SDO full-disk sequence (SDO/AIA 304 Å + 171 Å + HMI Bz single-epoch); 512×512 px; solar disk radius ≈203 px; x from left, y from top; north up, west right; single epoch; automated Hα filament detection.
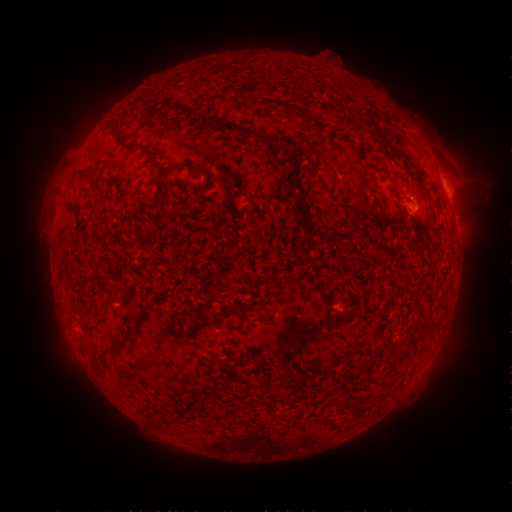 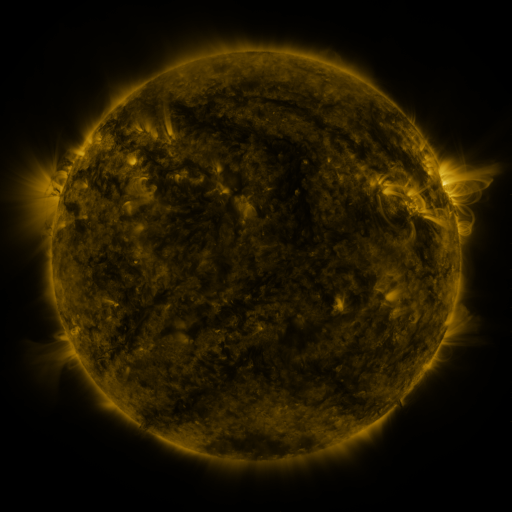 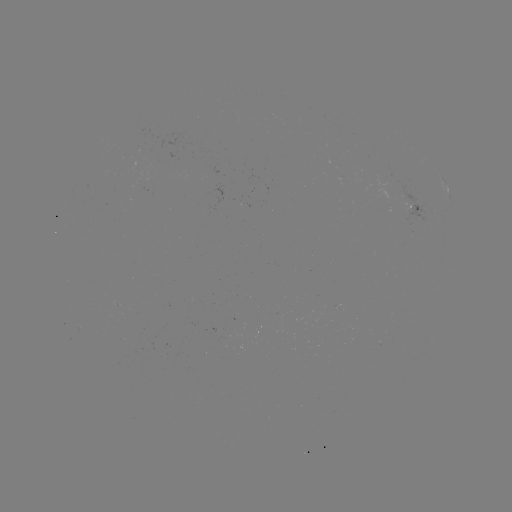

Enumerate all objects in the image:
filament: (223, 120, 256, 138)
filament: (116, 134, 134, 151)
filament: (269, 136, 284, 146)
filament: (161, 162, 184, 172)
filament: (192, 166, 207, 176)
filament: (293, 166, 300, 180)
filament: (291, 192, 301, 202)
filament: (318, 228, 332, 242)
filament: (92, 335, 125, 362)
